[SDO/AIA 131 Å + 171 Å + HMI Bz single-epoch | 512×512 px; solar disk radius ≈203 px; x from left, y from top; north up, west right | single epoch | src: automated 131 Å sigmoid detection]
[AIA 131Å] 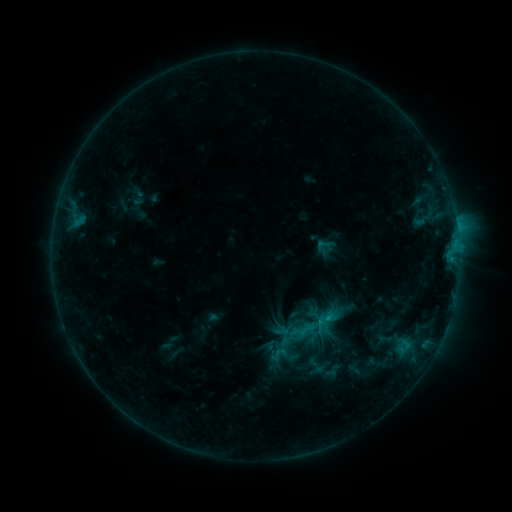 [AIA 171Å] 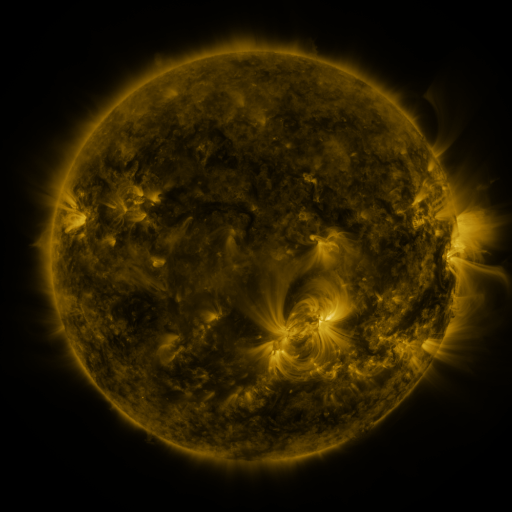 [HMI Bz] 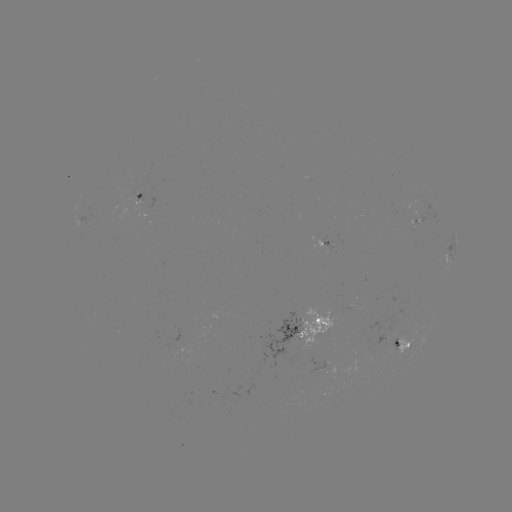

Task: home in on sigmoid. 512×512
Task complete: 323,245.